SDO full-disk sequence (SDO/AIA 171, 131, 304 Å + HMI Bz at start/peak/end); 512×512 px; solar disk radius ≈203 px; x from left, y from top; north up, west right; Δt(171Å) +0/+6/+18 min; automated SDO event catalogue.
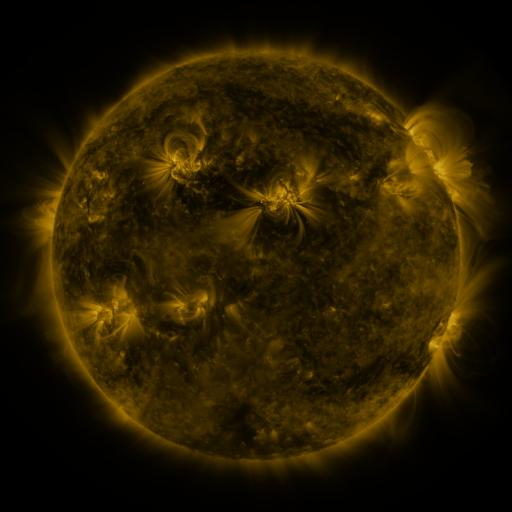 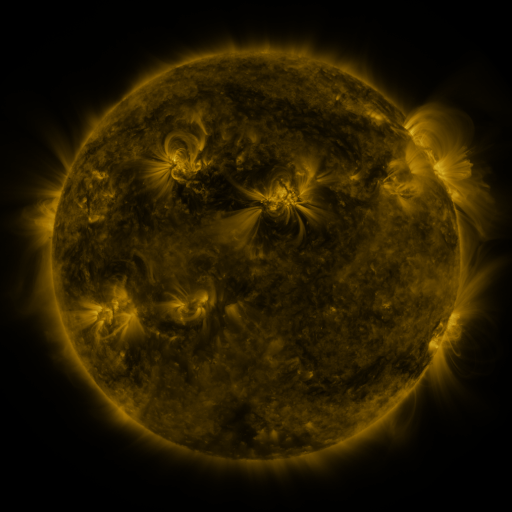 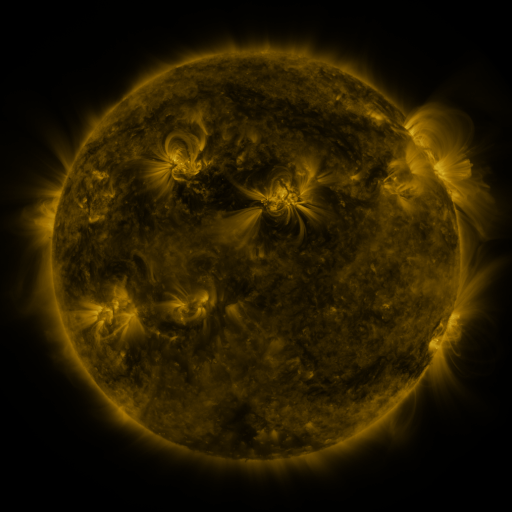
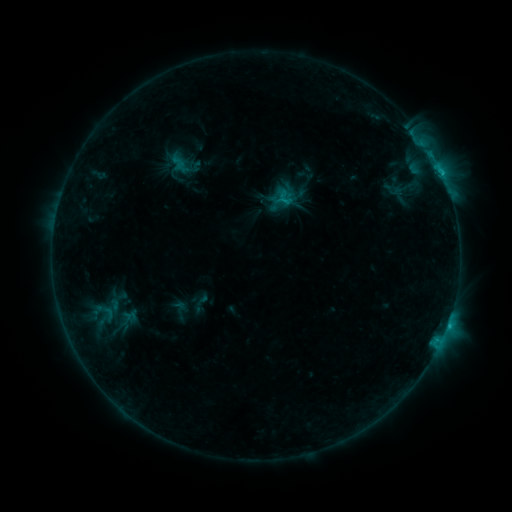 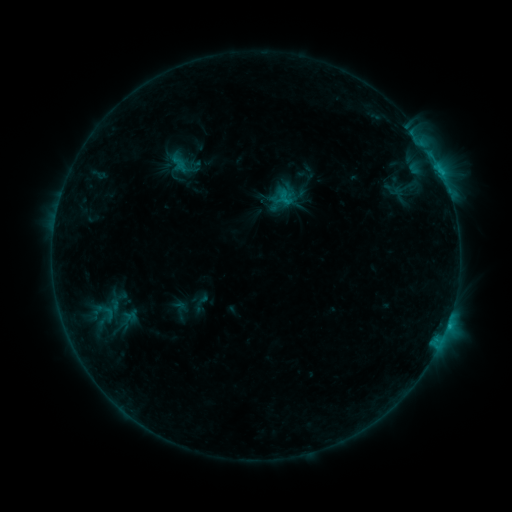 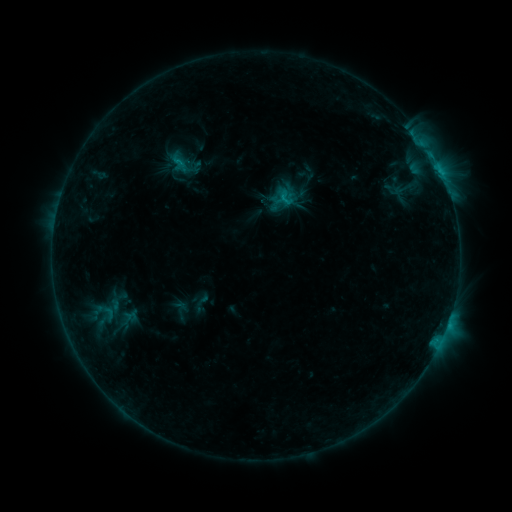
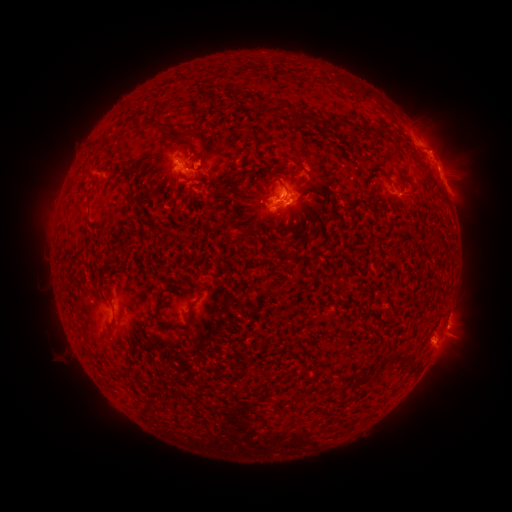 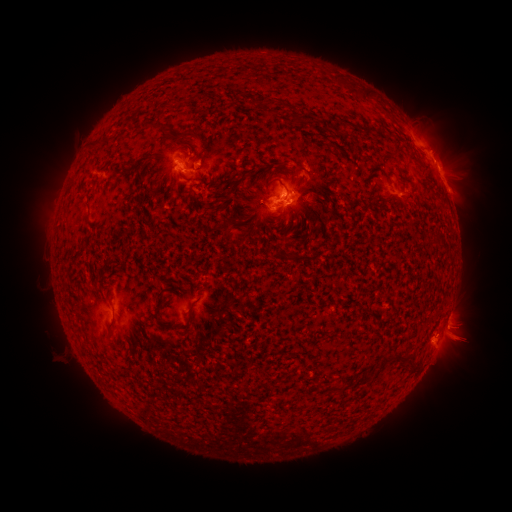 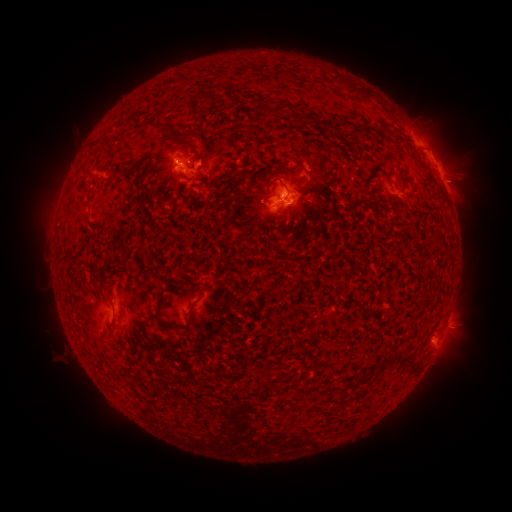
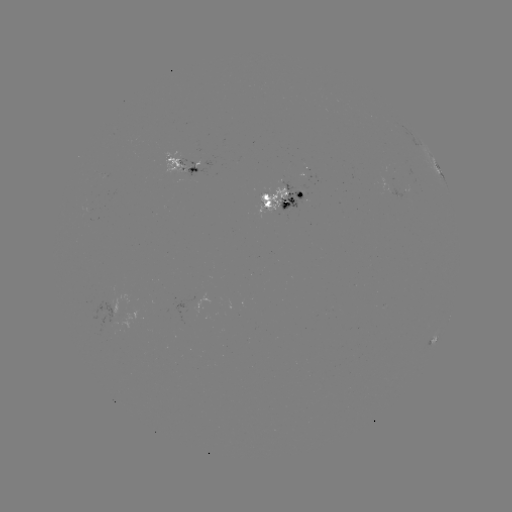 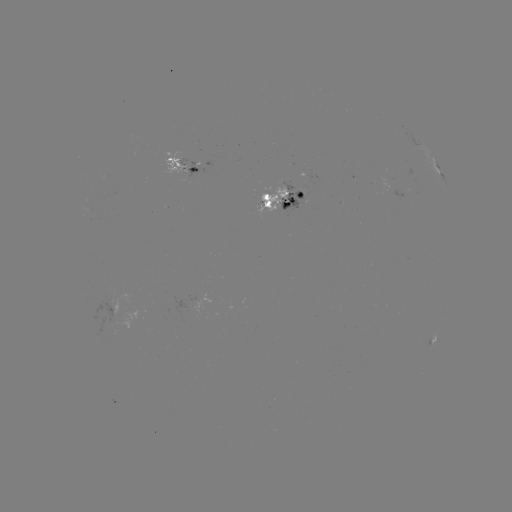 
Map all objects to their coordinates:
eruption: (465, 345)
